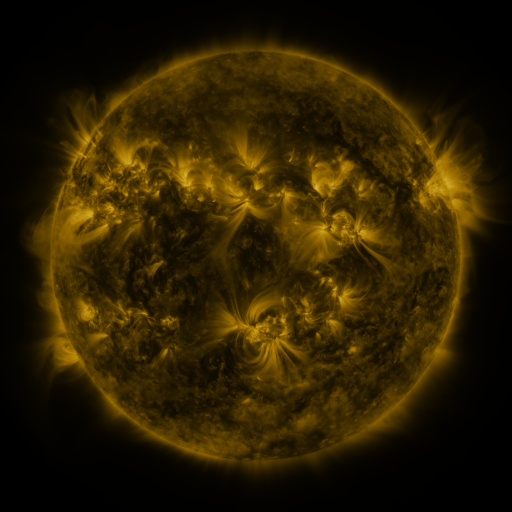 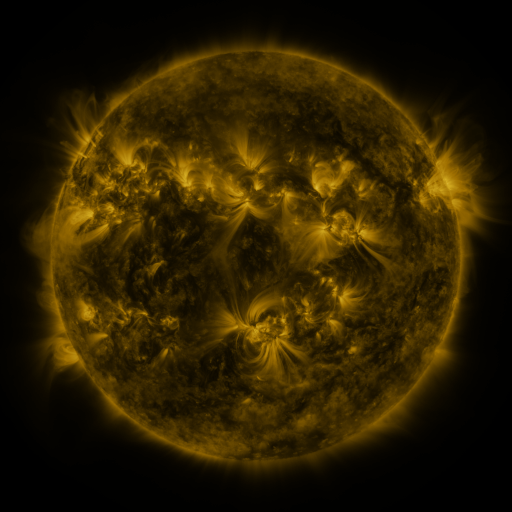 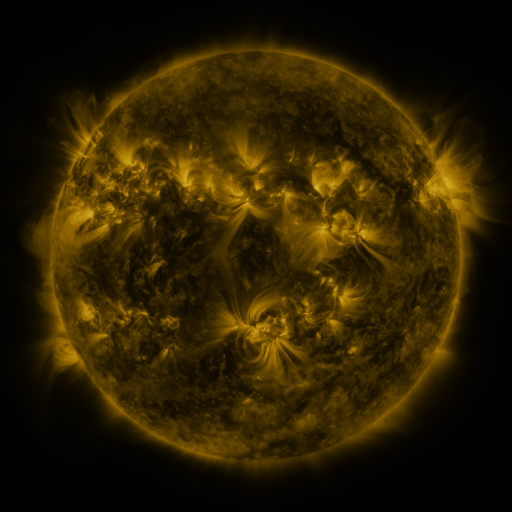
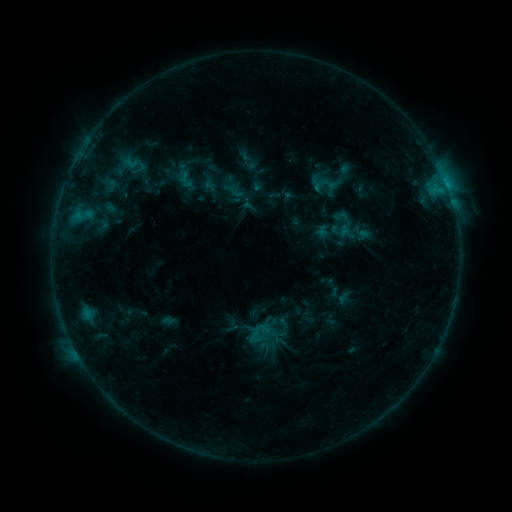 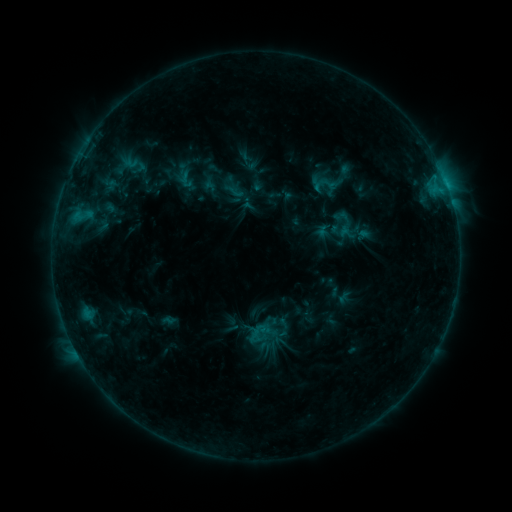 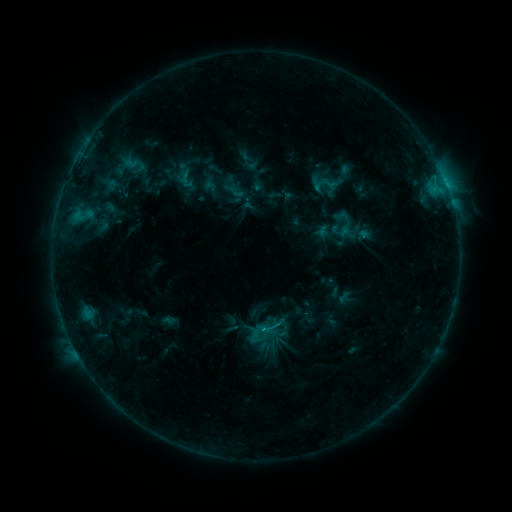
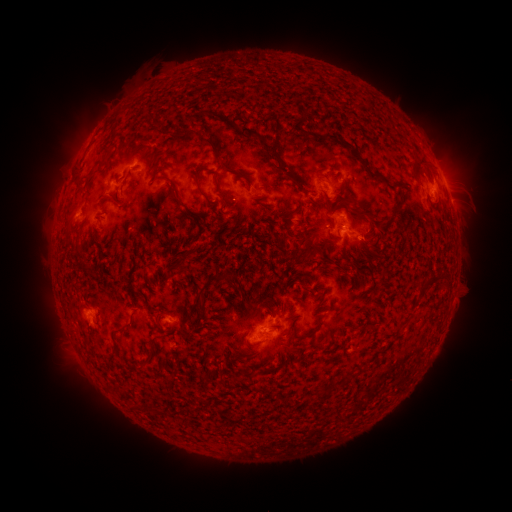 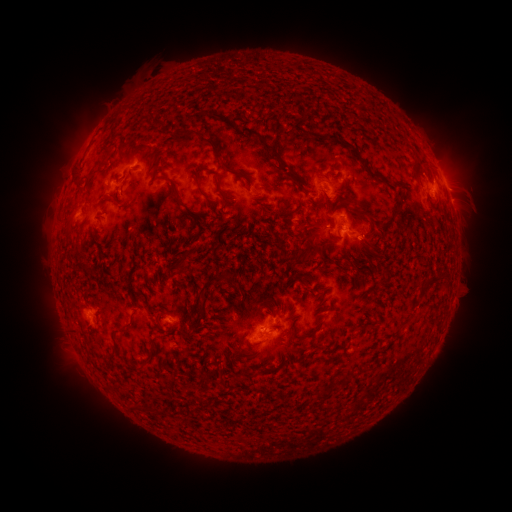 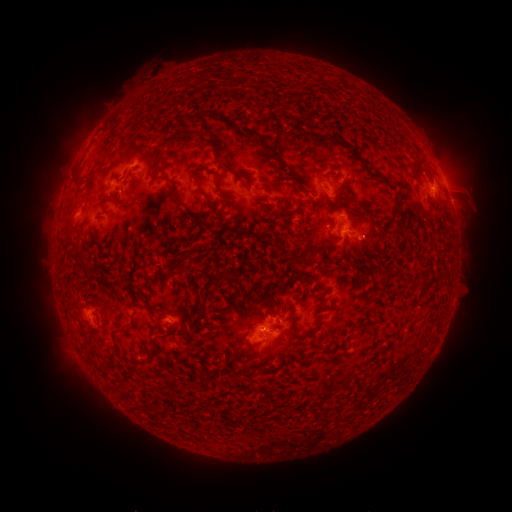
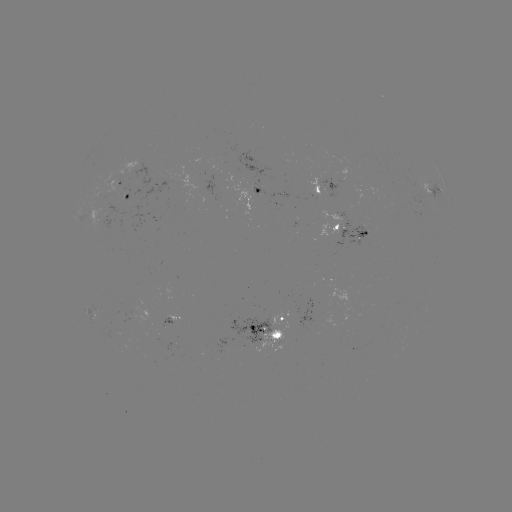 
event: flare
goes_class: B9.6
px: (262, 330)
